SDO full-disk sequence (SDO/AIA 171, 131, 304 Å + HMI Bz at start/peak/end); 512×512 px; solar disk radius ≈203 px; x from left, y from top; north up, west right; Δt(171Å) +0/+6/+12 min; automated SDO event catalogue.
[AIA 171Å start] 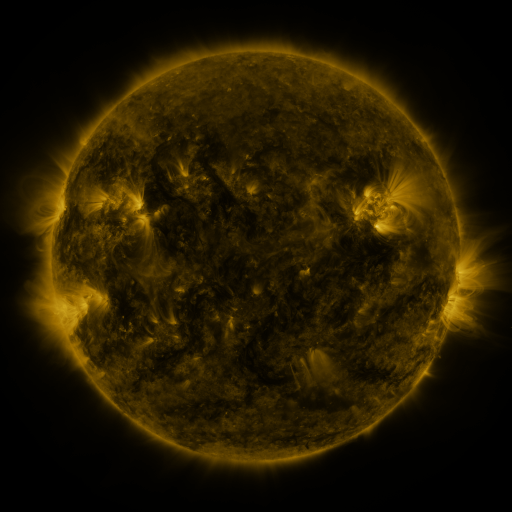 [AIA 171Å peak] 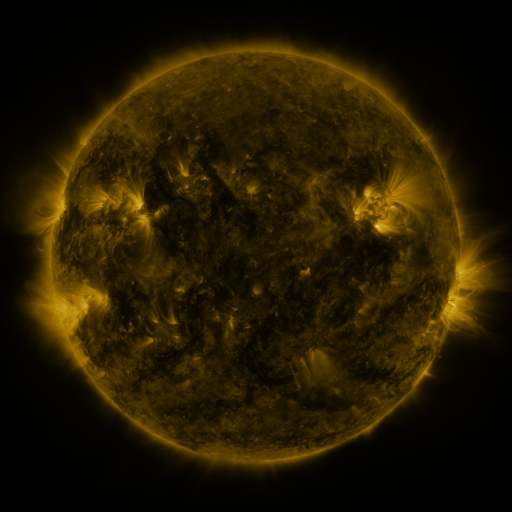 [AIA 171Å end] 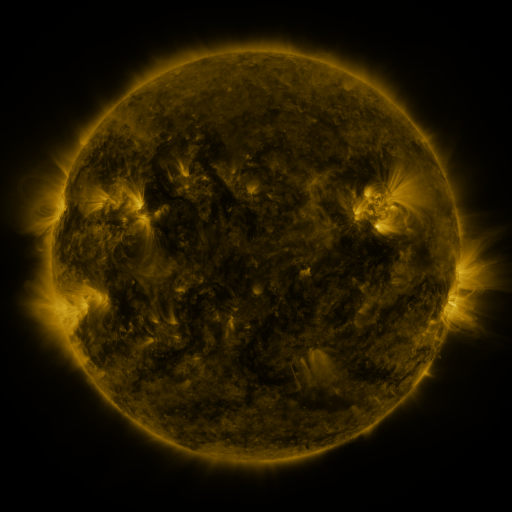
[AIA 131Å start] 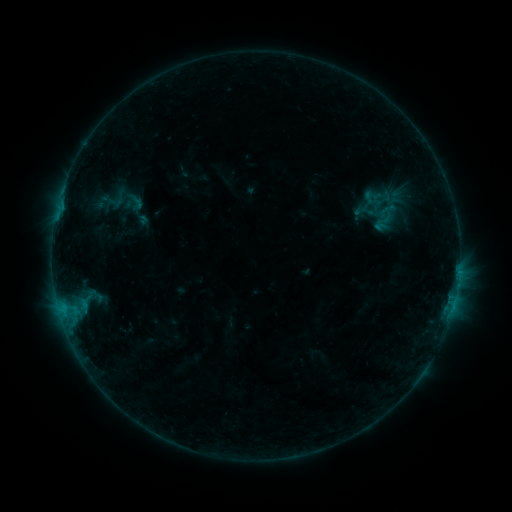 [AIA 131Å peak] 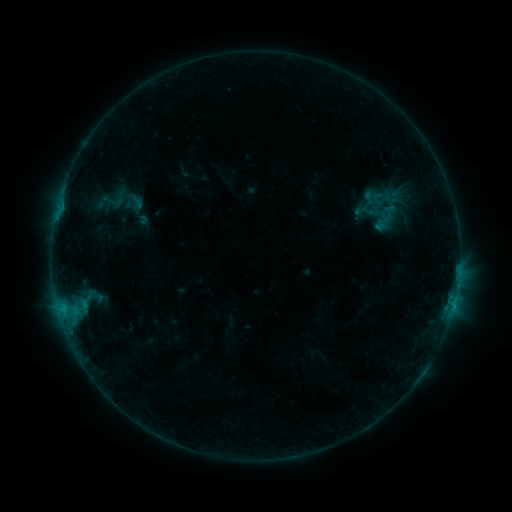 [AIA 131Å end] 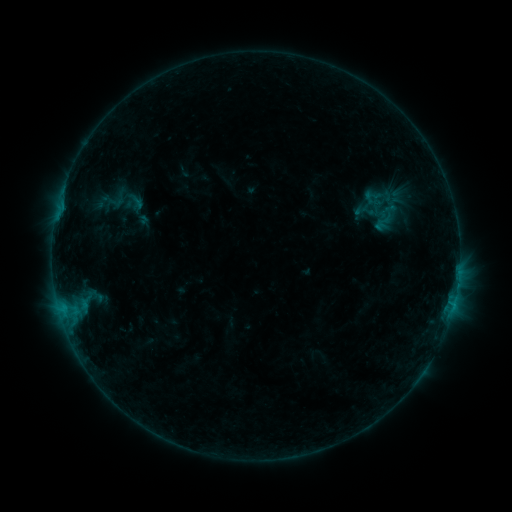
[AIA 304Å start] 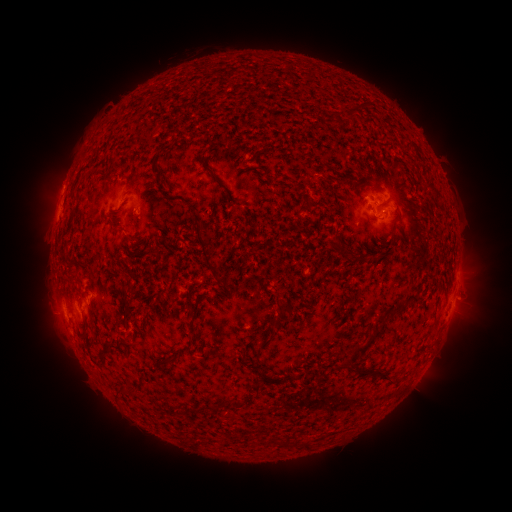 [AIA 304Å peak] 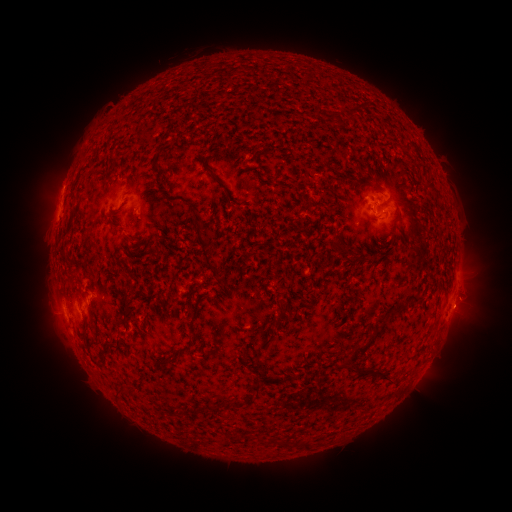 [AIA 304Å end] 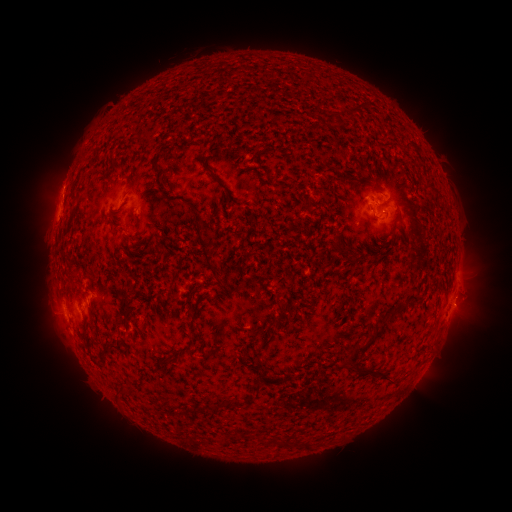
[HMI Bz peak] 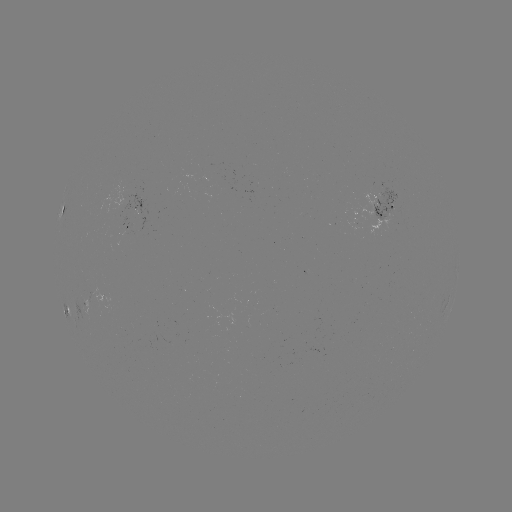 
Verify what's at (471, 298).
eruption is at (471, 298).